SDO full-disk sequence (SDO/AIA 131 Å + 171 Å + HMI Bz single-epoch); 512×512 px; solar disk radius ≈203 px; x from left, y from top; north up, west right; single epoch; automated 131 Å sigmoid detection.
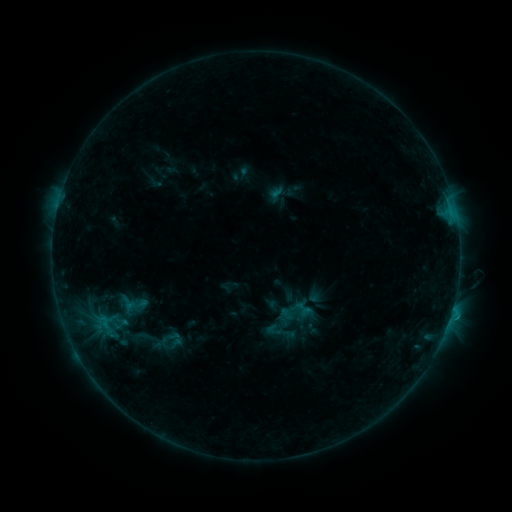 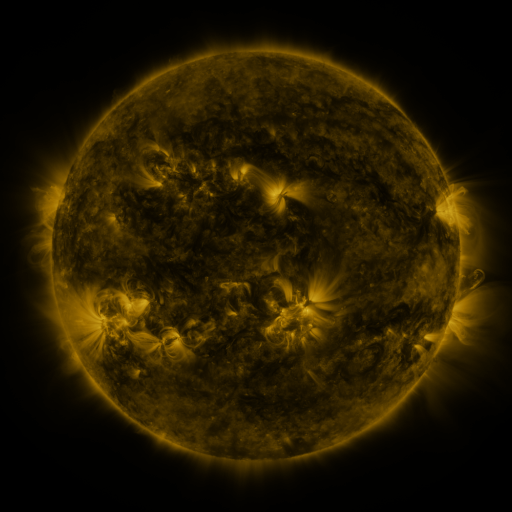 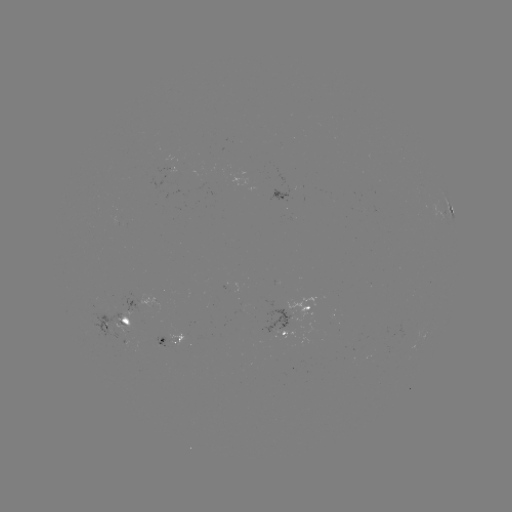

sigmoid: (293, 298, 314, 319)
